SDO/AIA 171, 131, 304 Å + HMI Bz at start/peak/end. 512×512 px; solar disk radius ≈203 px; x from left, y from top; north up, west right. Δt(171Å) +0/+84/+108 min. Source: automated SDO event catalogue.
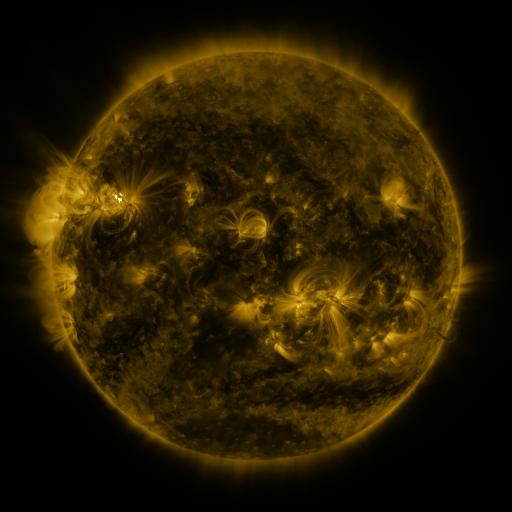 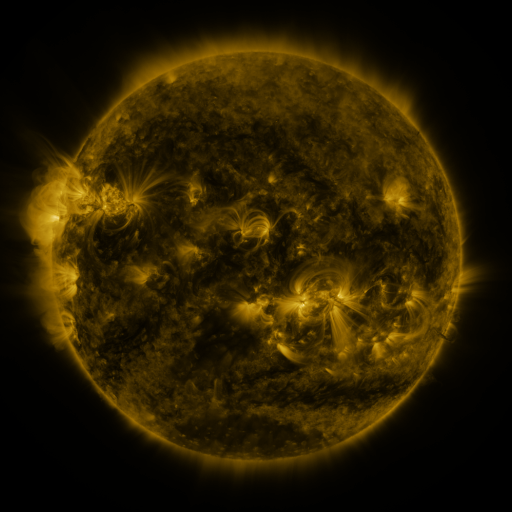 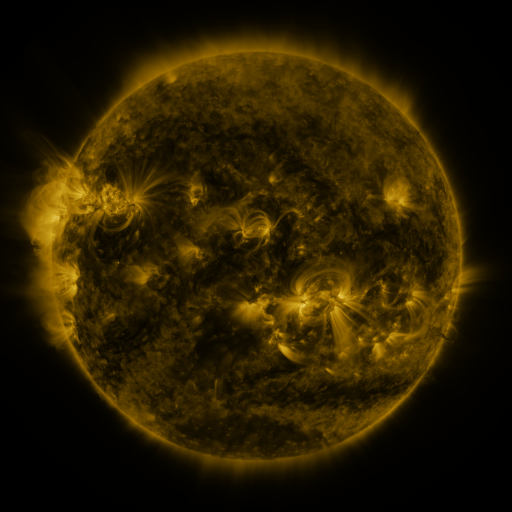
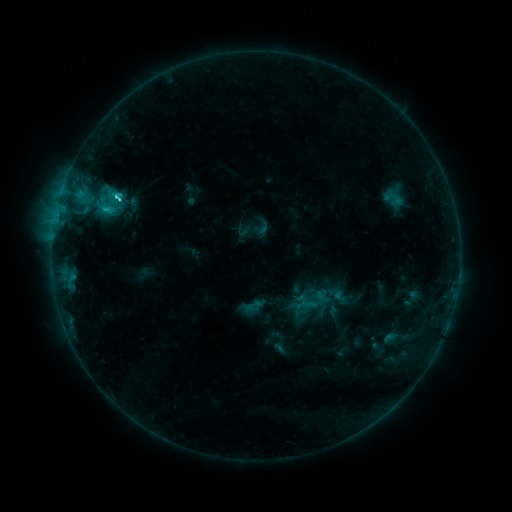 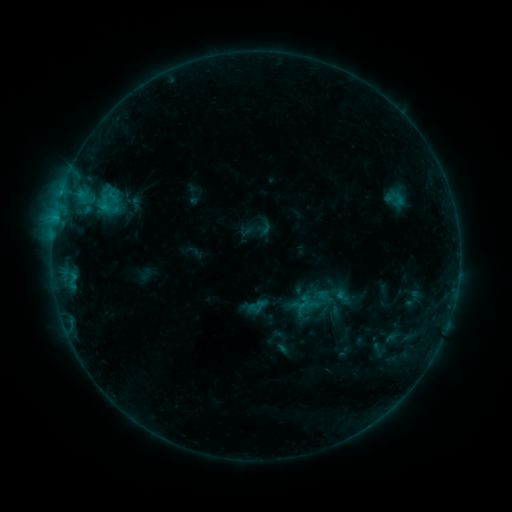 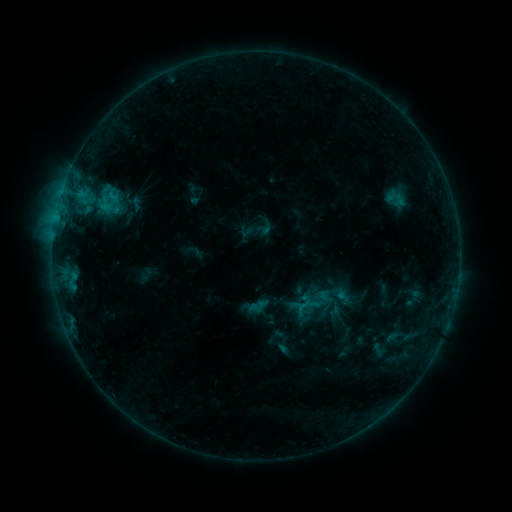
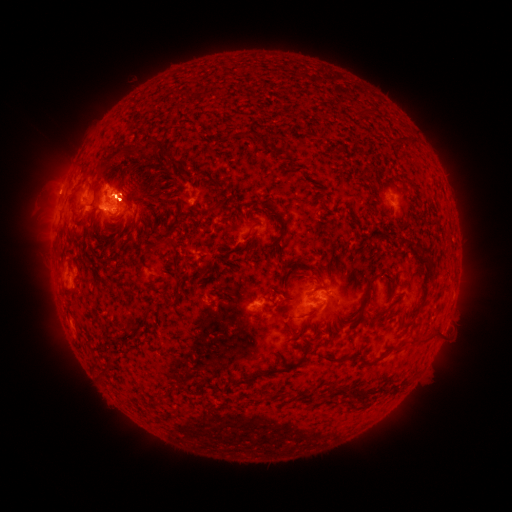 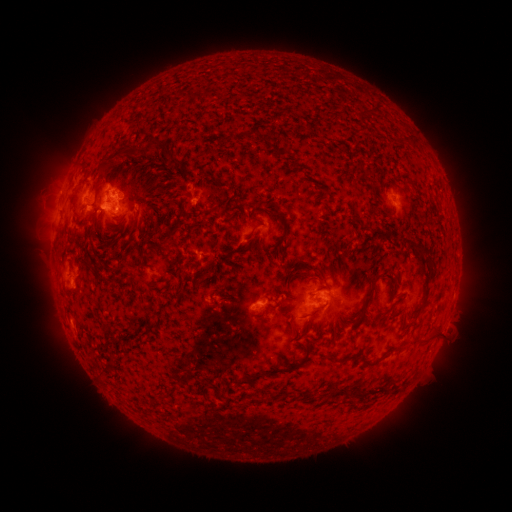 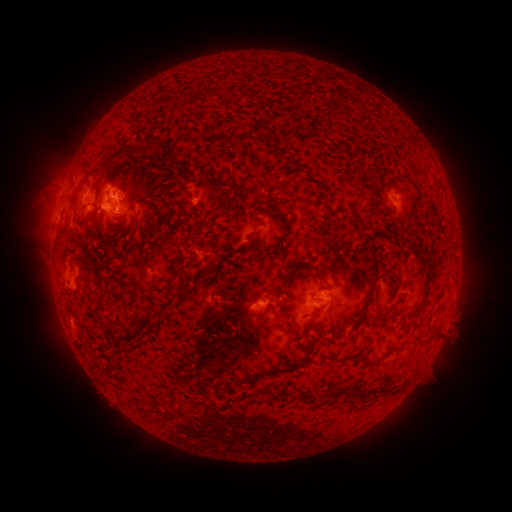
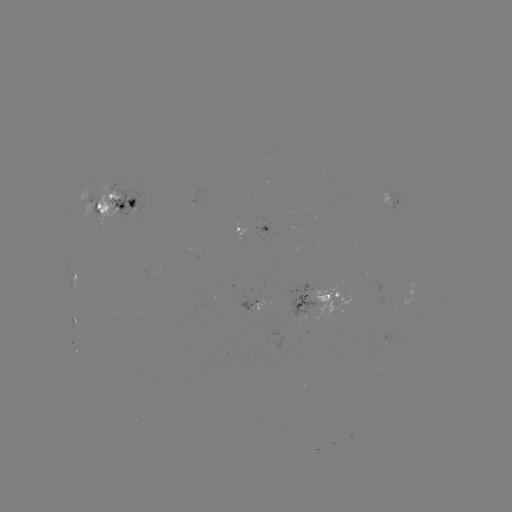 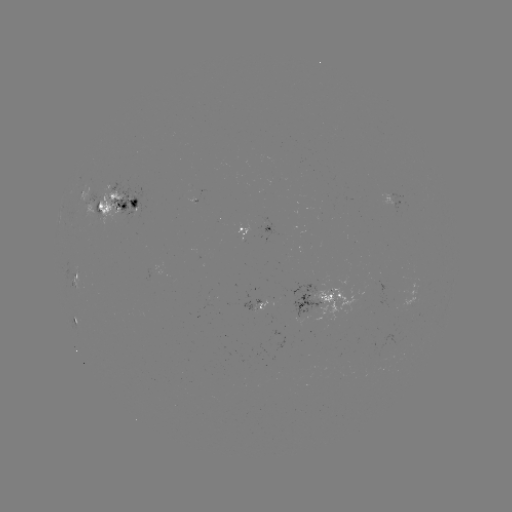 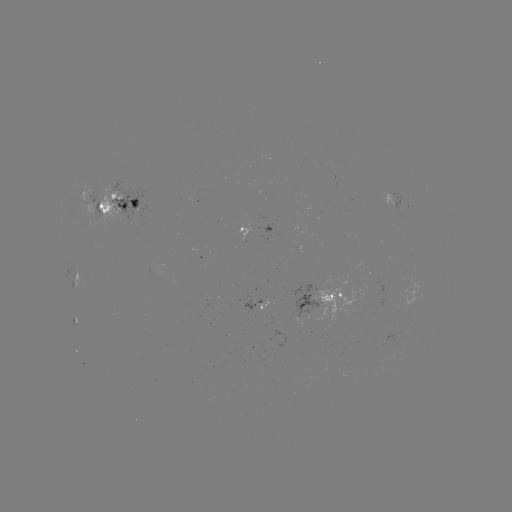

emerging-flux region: [289, 277, 330, 318]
